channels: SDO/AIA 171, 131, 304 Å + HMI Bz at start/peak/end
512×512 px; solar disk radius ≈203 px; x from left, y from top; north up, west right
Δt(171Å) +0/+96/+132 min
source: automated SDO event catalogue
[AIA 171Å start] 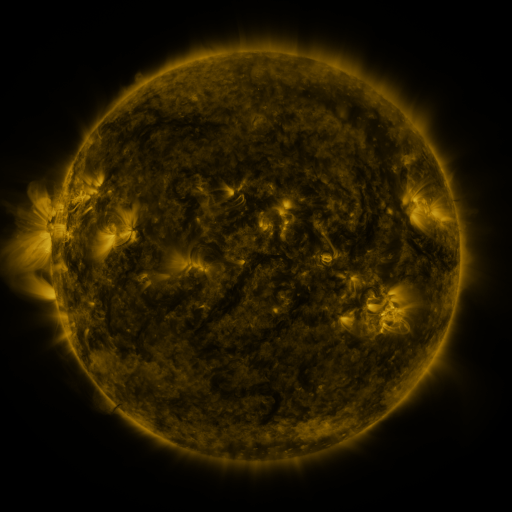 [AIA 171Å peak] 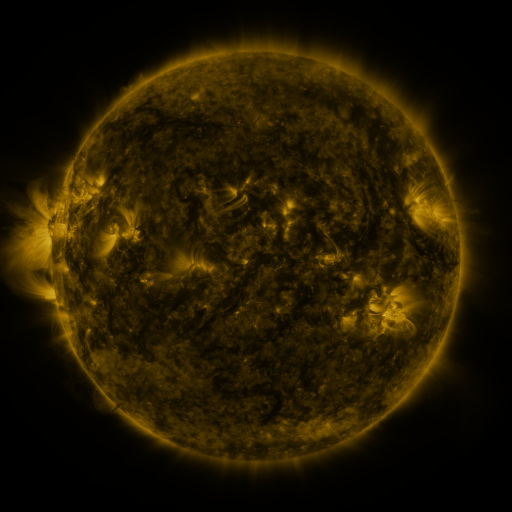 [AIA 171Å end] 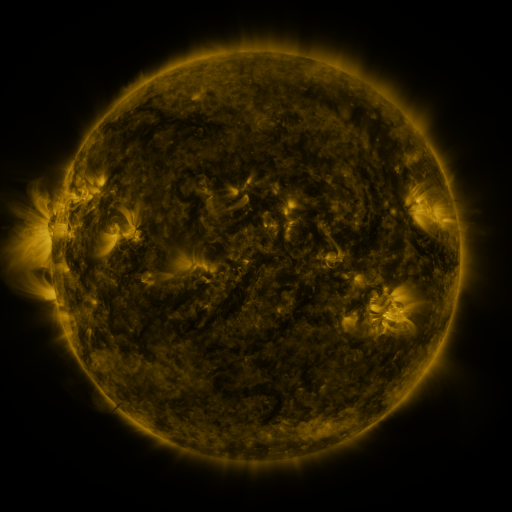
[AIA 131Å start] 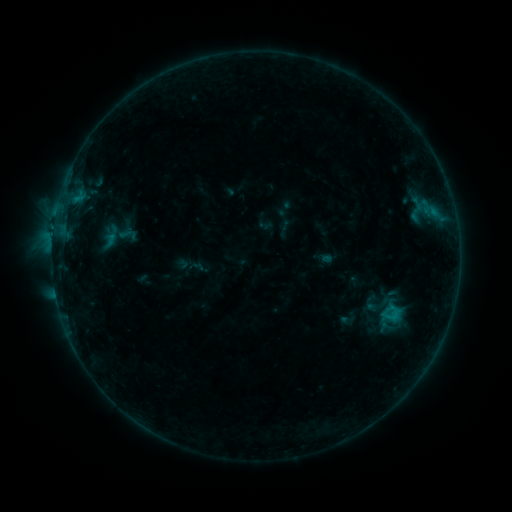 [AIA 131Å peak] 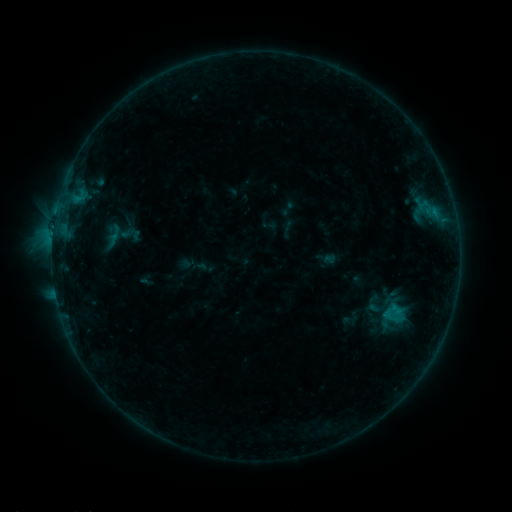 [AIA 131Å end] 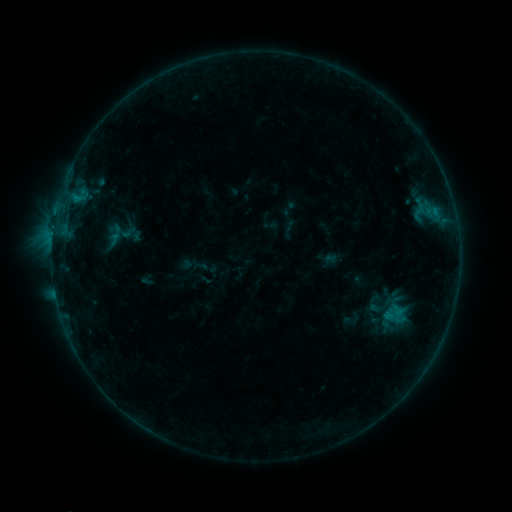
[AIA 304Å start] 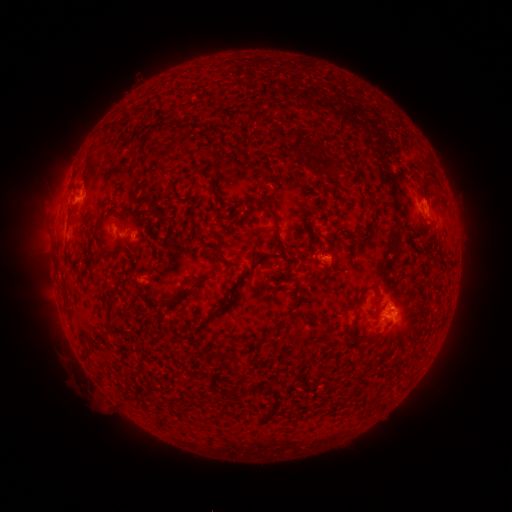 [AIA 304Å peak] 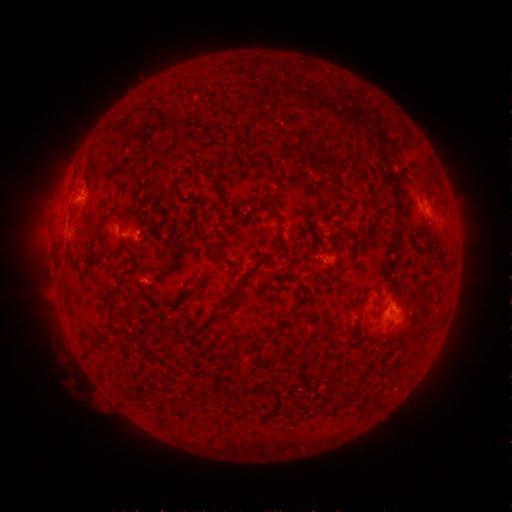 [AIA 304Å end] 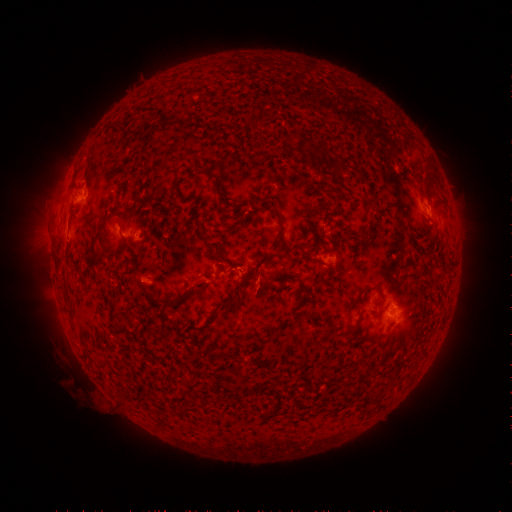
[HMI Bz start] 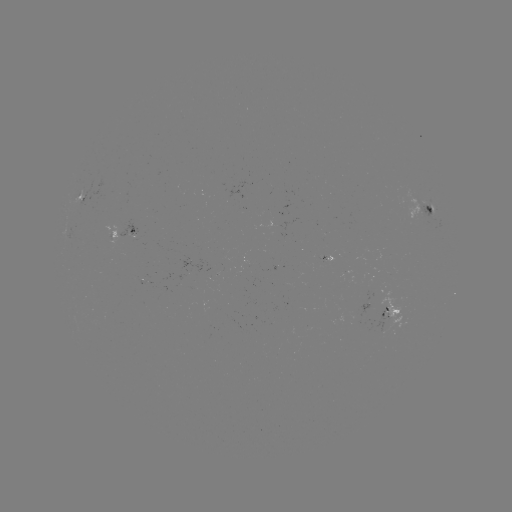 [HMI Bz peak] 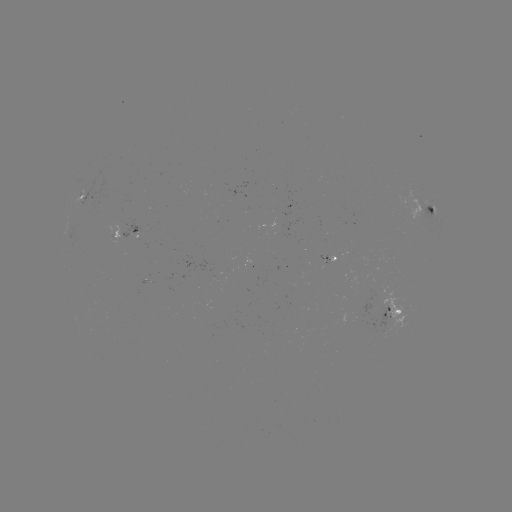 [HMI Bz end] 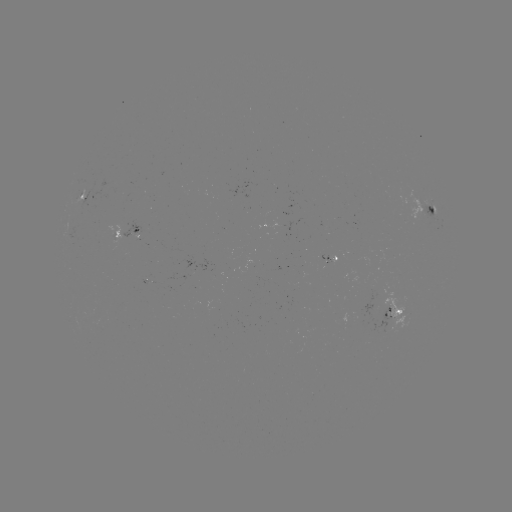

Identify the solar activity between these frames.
emerging-flux region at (147, 283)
